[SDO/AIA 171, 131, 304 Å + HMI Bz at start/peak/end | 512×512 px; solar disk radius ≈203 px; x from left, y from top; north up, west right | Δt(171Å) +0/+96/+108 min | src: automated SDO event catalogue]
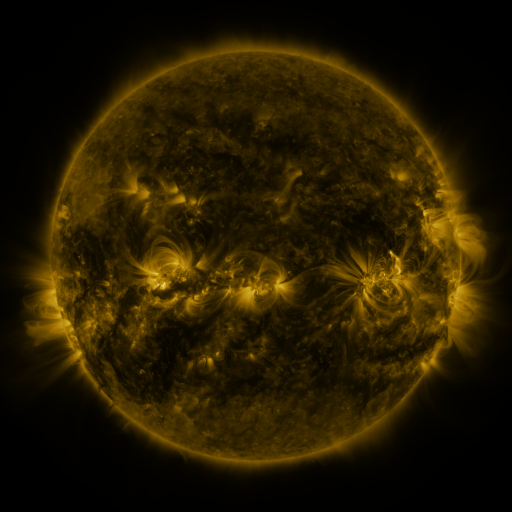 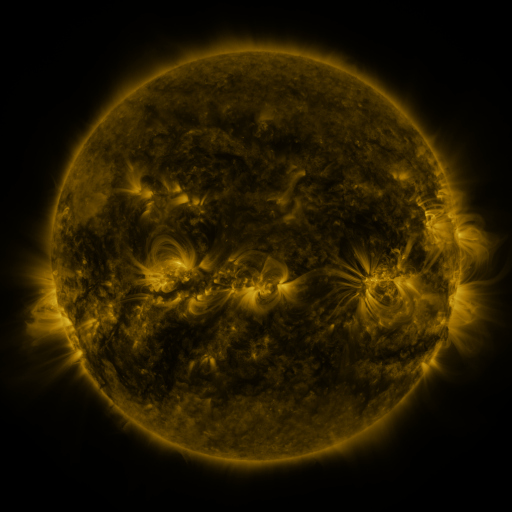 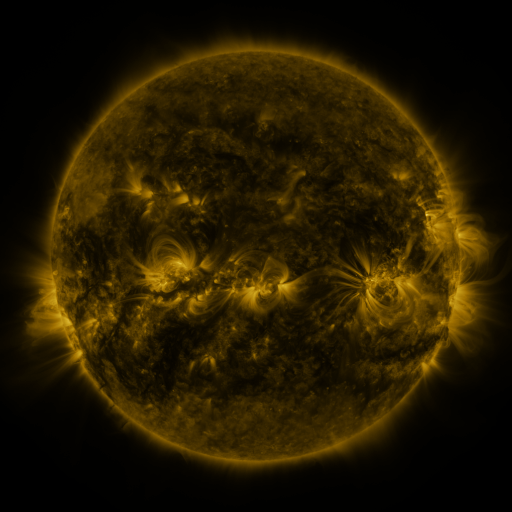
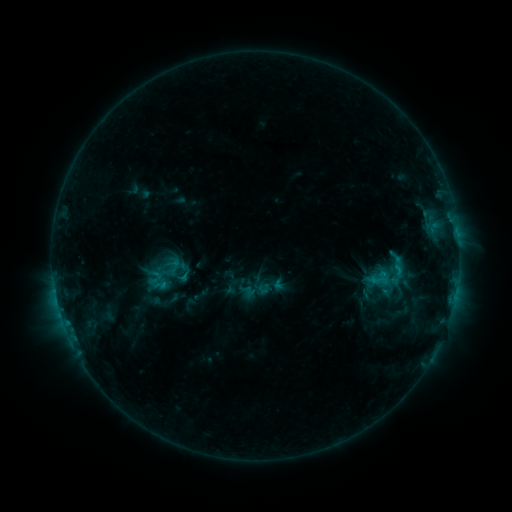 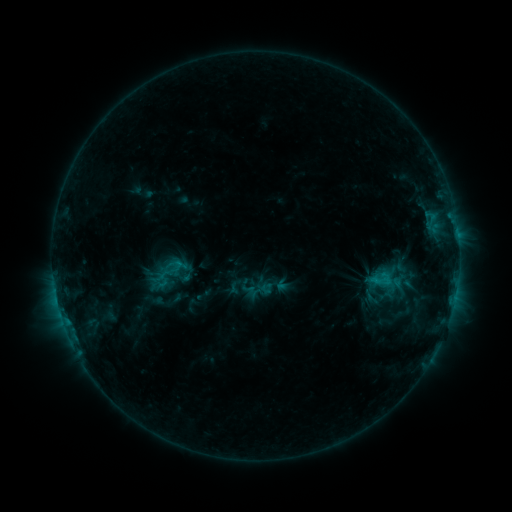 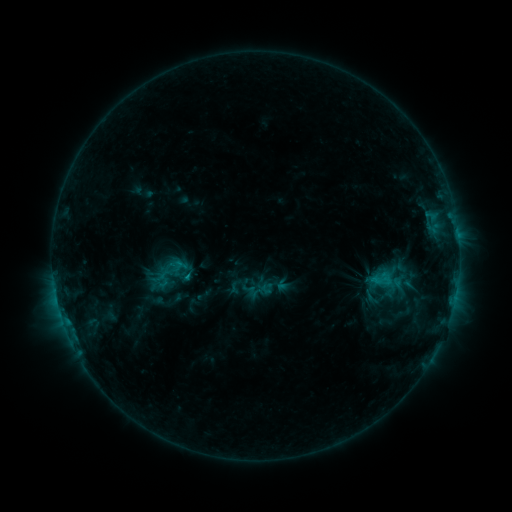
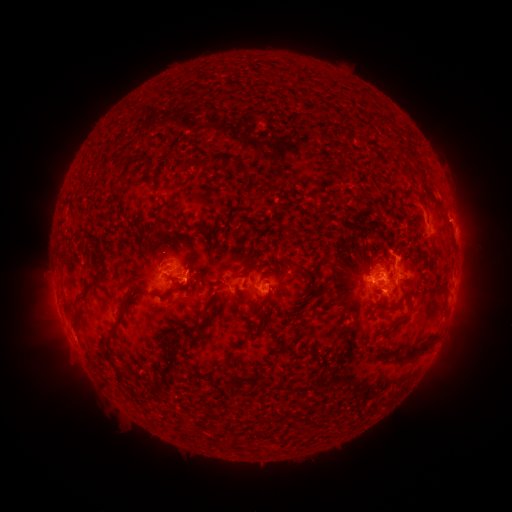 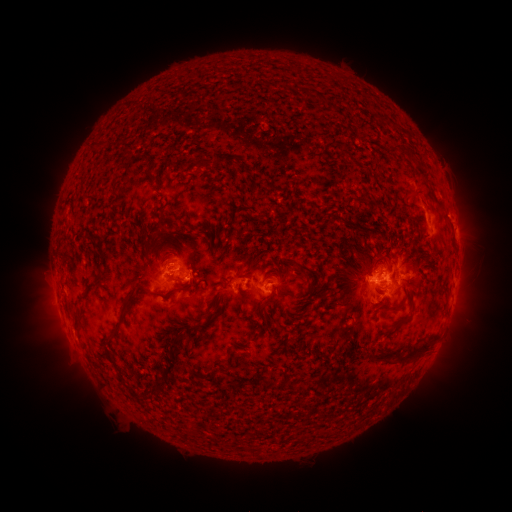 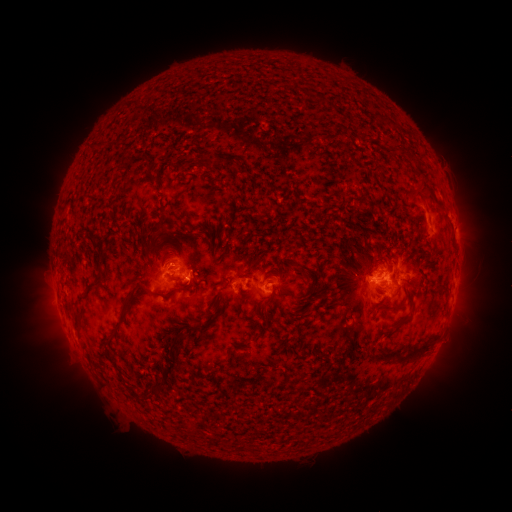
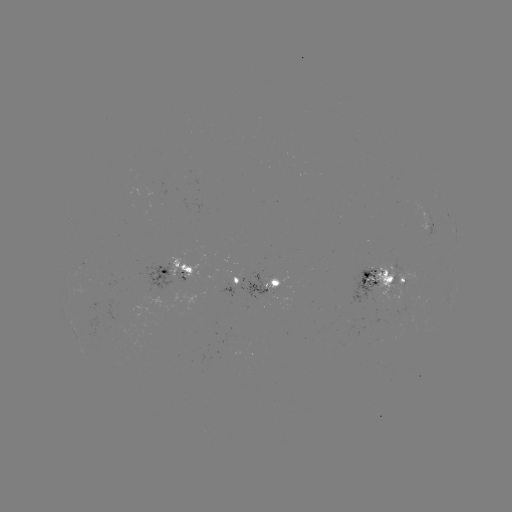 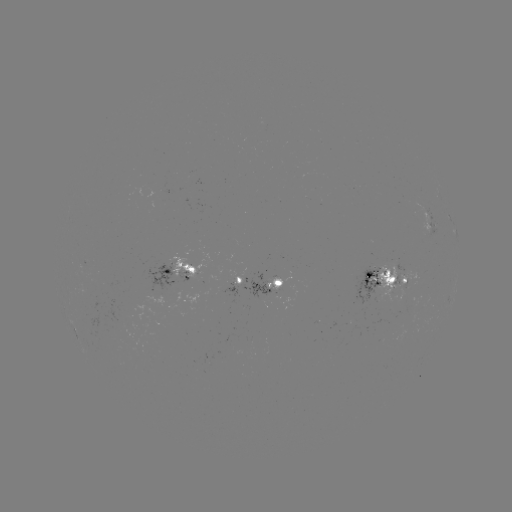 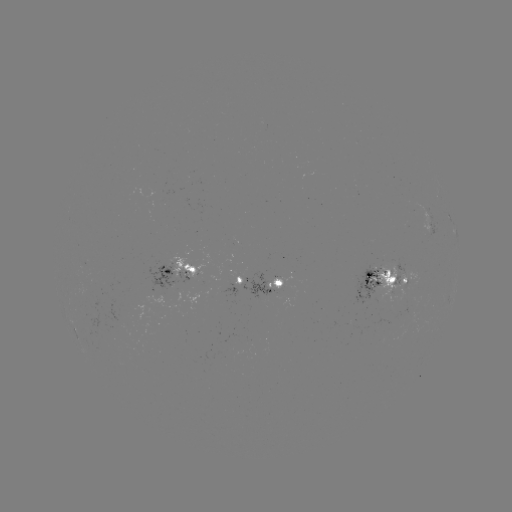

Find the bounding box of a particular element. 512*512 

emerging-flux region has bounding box [247, 272, 272, 300].